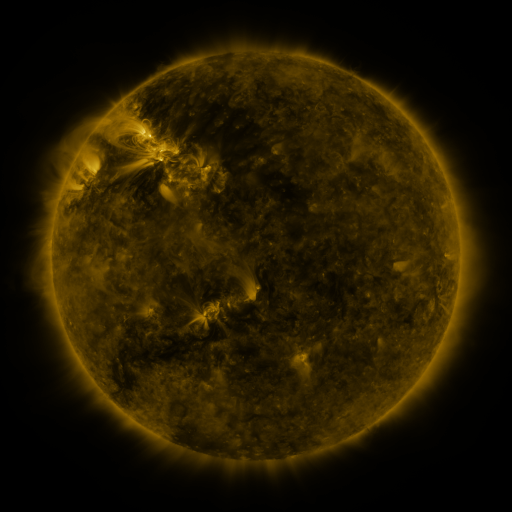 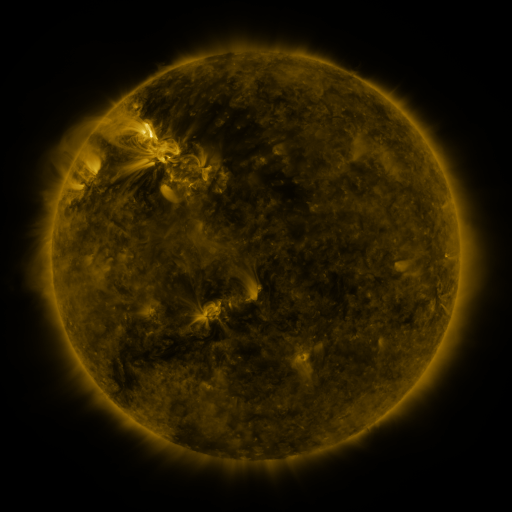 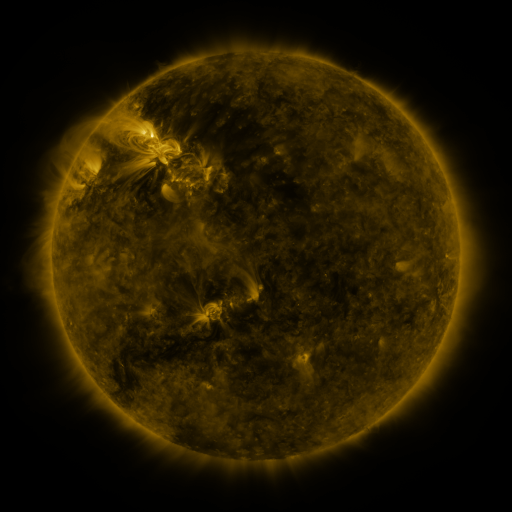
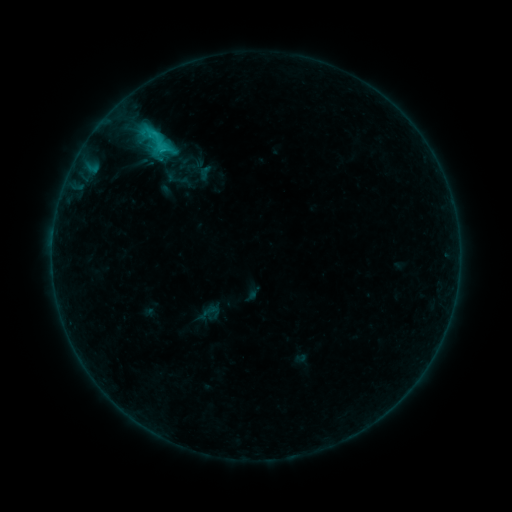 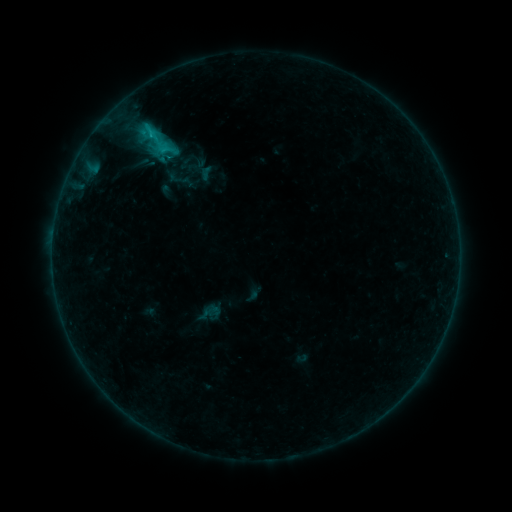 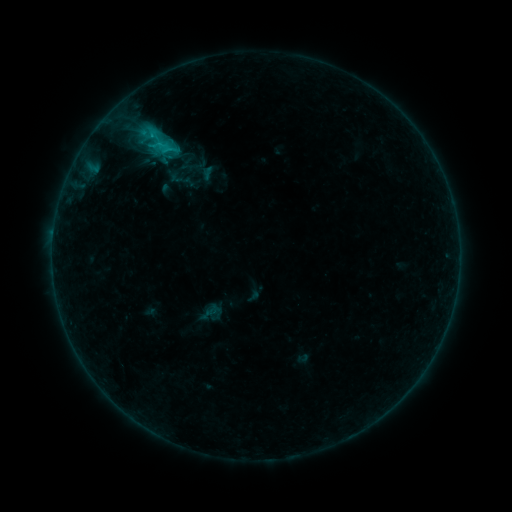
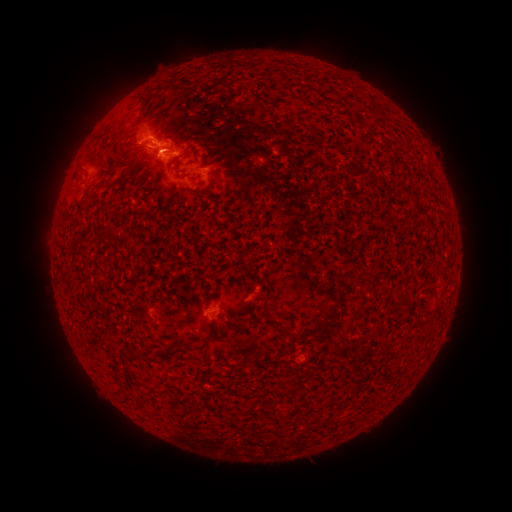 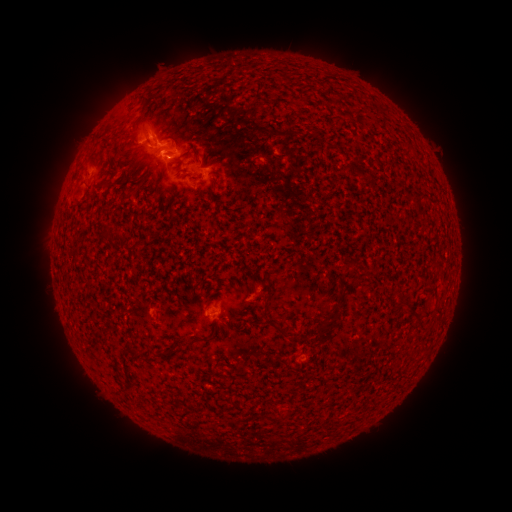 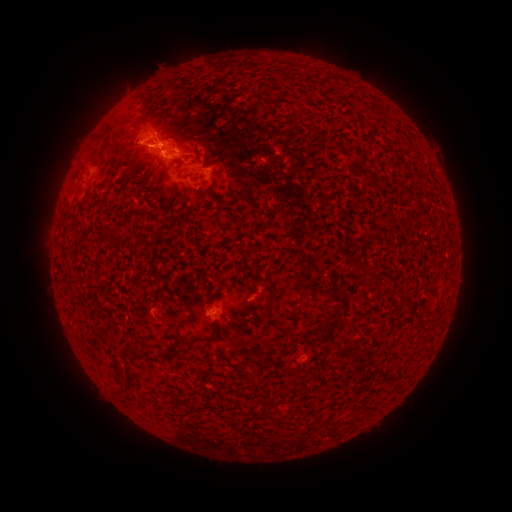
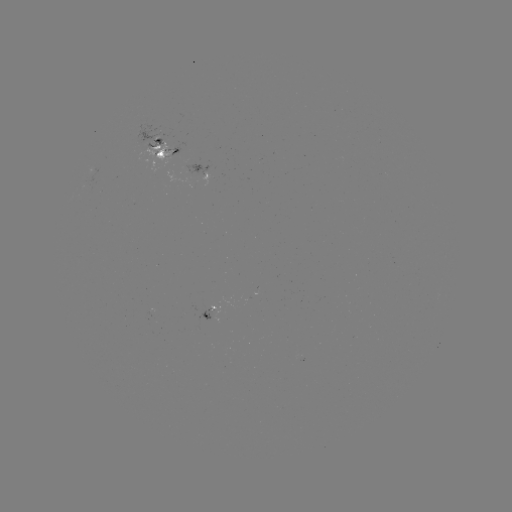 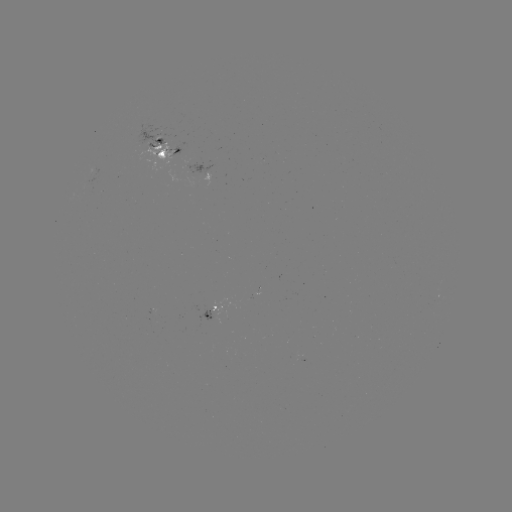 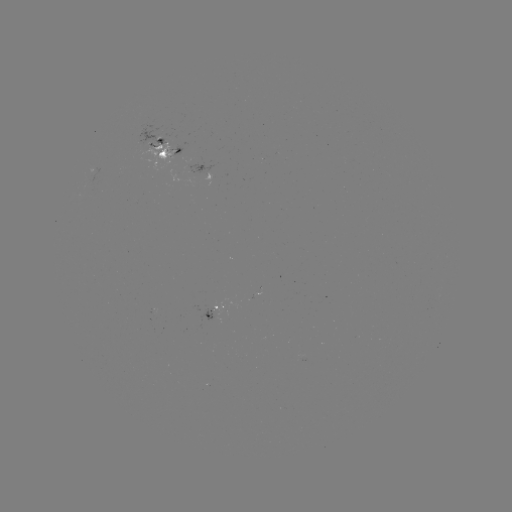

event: emerging-flux region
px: (212, 317)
